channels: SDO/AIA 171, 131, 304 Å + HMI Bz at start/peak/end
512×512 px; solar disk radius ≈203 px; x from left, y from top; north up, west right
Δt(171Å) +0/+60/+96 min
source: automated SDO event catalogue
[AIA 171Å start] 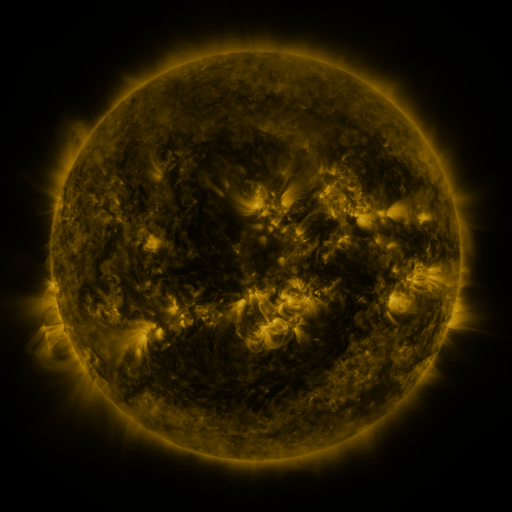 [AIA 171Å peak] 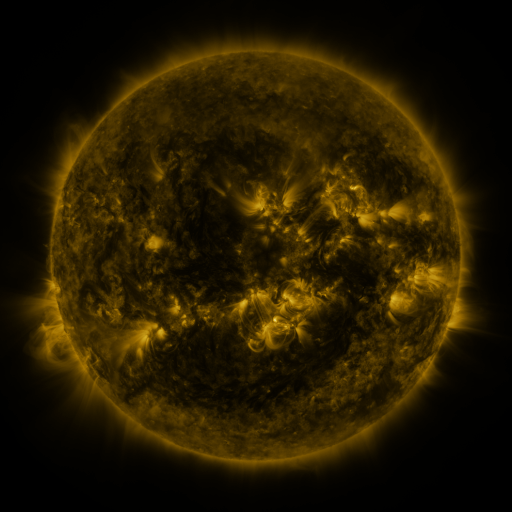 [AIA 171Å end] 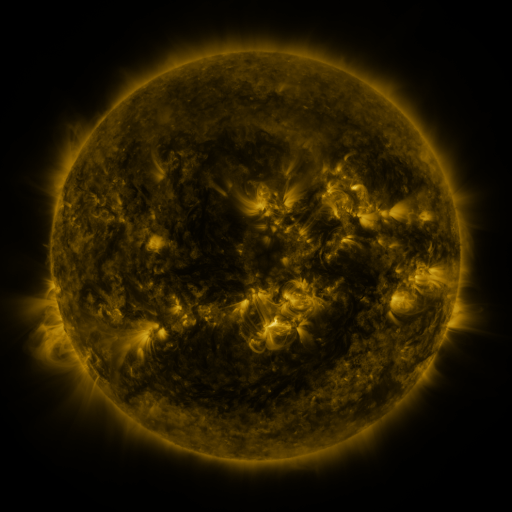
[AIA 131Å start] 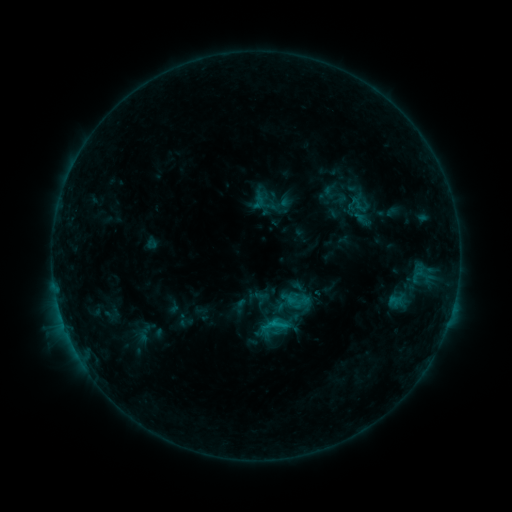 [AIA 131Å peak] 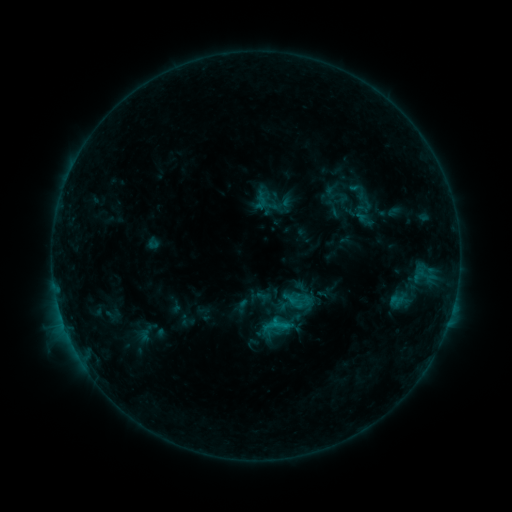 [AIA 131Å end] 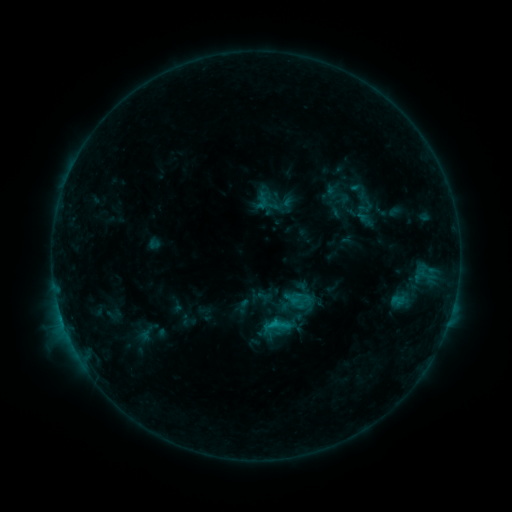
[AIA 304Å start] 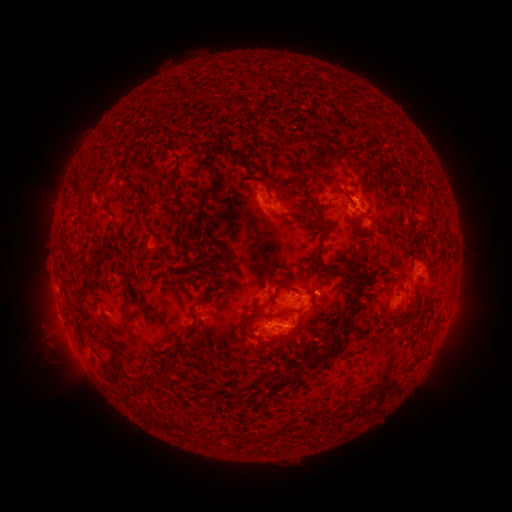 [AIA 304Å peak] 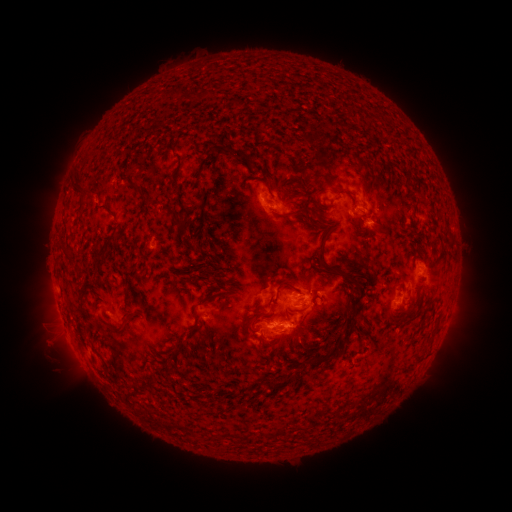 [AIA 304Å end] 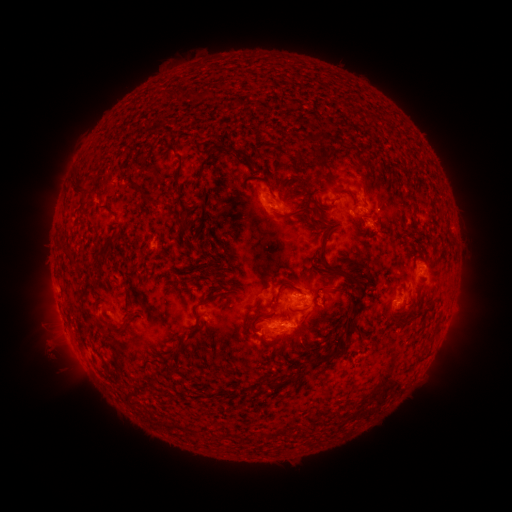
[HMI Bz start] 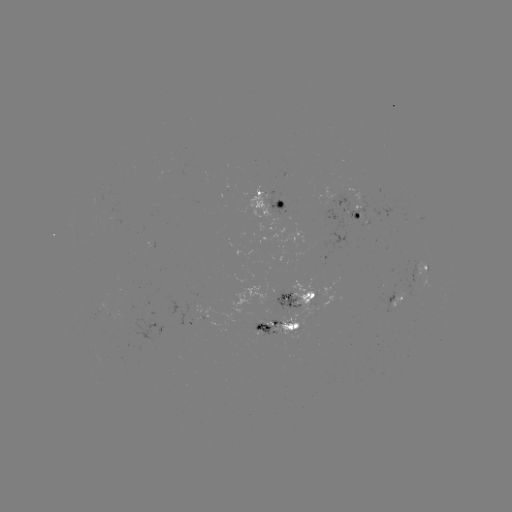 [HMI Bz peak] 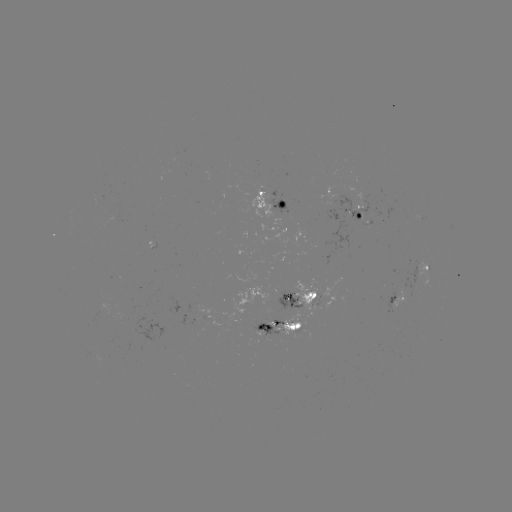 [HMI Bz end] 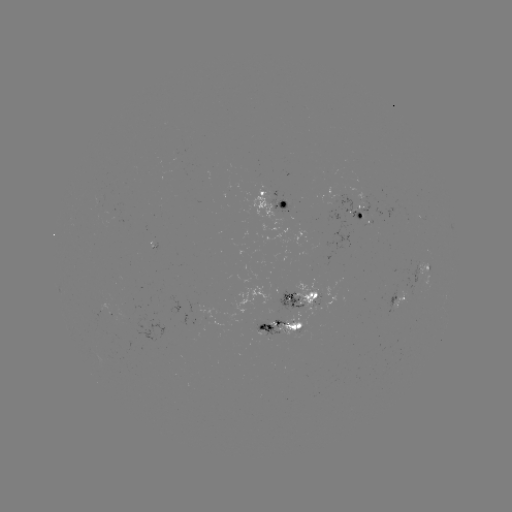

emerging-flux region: [274, 289, 302, 307]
